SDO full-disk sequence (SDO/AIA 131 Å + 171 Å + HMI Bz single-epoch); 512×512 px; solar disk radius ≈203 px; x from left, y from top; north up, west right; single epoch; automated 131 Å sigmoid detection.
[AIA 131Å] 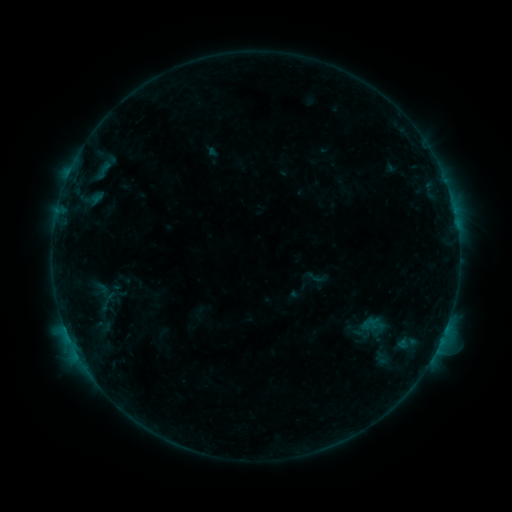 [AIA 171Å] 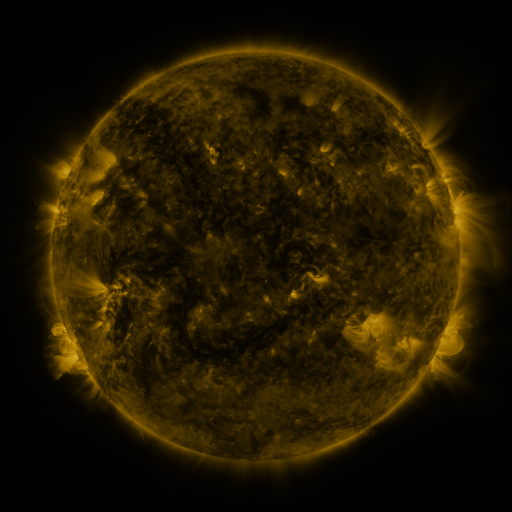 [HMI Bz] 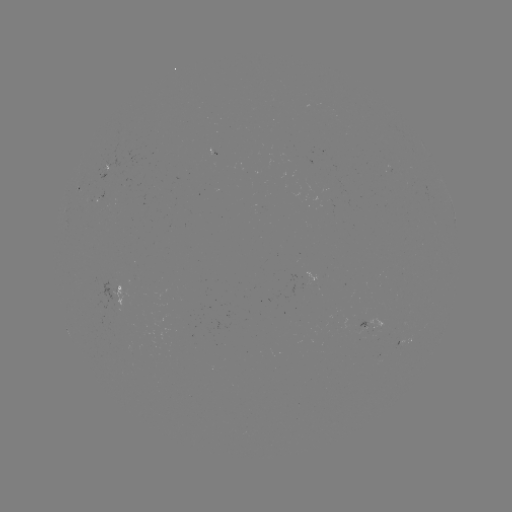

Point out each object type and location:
sigmoid: (306, 264, 331, 290)
sigmoid: (92, 289, 124, 313)
sigmoid: (362, 315, 379, 334)
sigmoid: (373, 348, 391, 367)
